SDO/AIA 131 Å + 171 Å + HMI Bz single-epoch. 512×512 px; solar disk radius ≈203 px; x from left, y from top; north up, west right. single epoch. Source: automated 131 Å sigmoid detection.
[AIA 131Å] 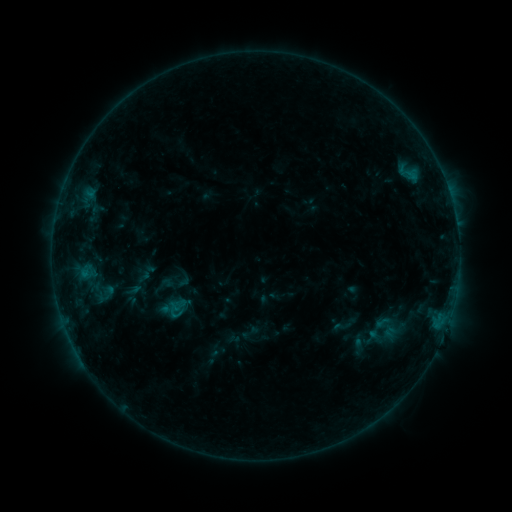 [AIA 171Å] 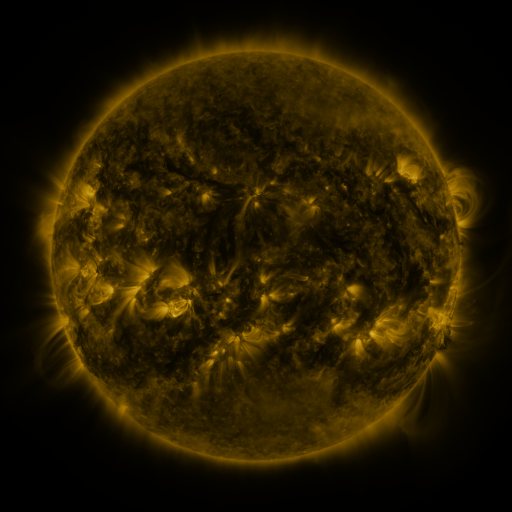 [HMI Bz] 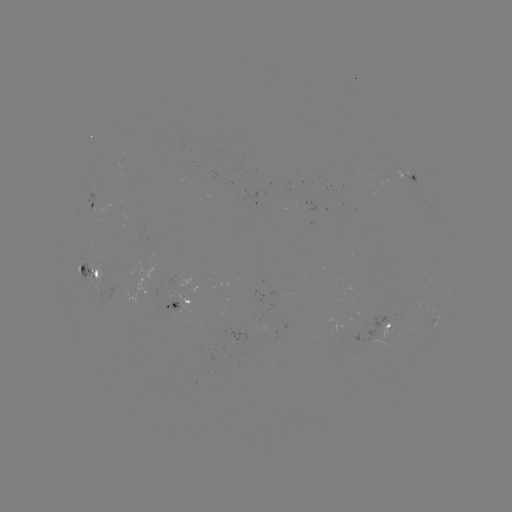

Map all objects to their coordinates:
sigmoid: (184, 280)
sigmoid: (341, 326)
sigmoid: (388, 329)
